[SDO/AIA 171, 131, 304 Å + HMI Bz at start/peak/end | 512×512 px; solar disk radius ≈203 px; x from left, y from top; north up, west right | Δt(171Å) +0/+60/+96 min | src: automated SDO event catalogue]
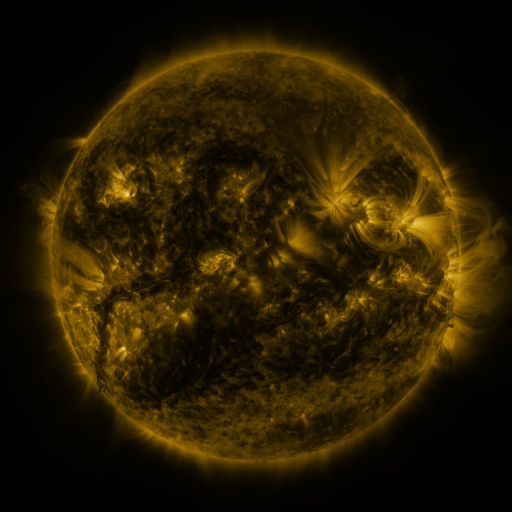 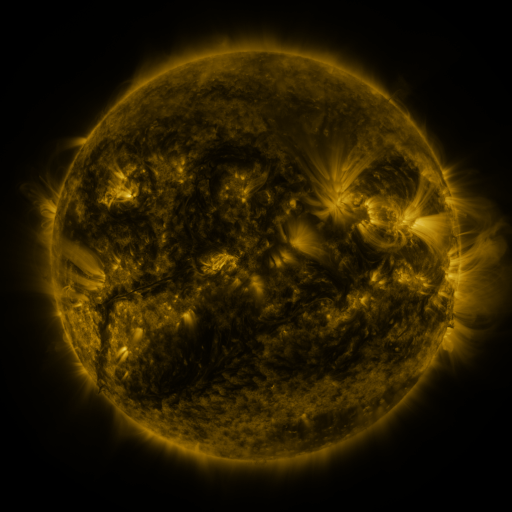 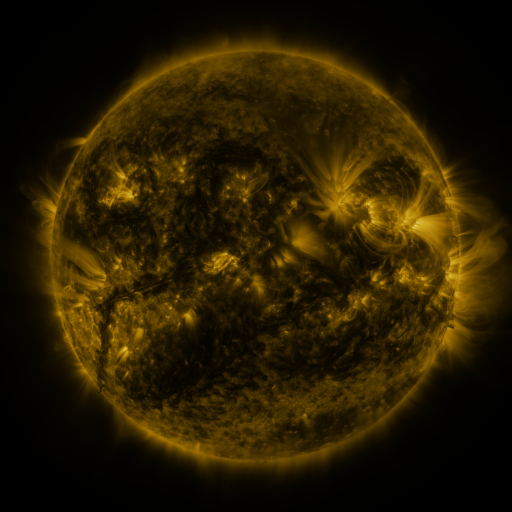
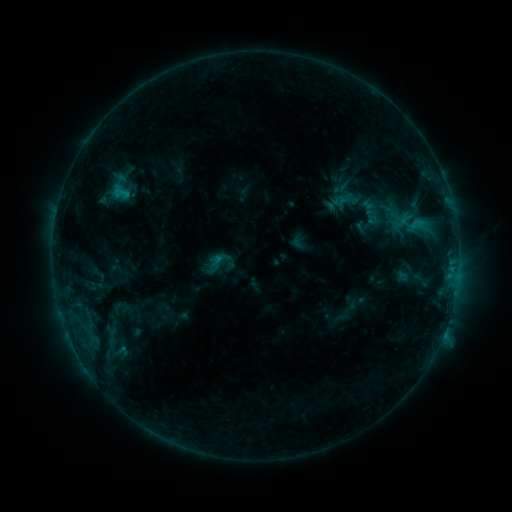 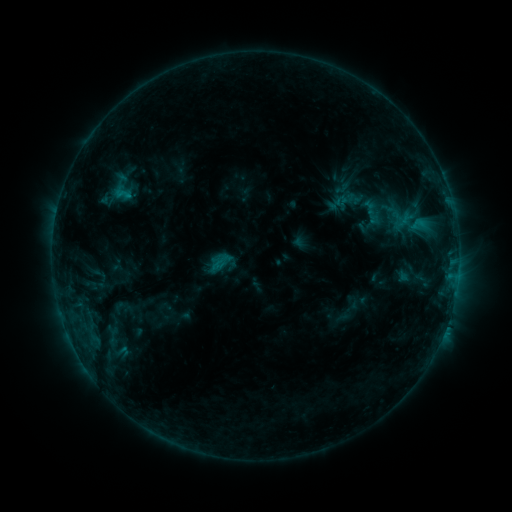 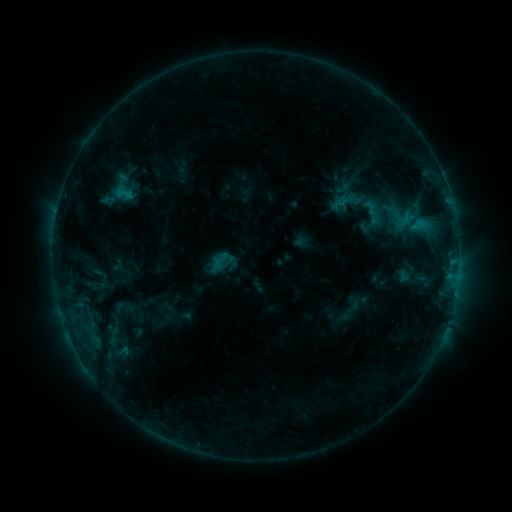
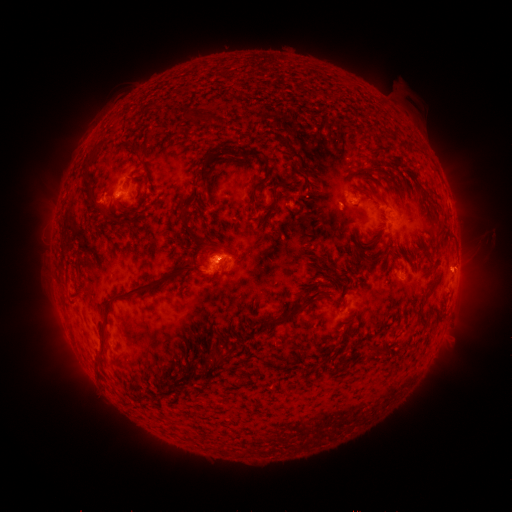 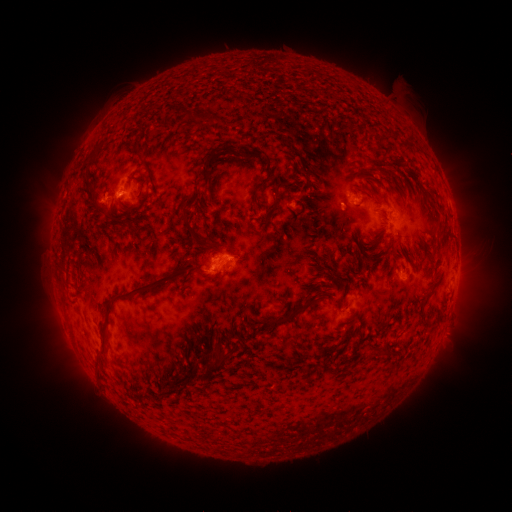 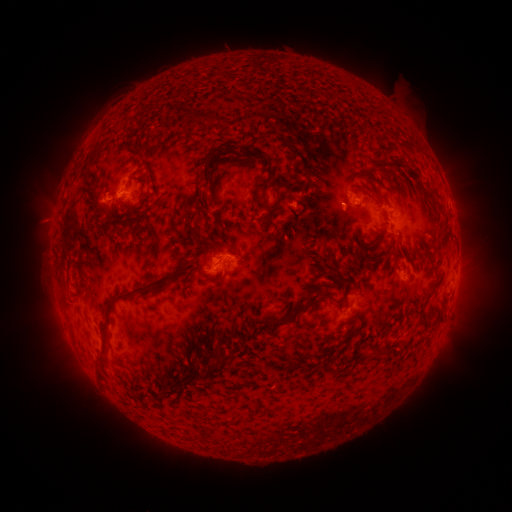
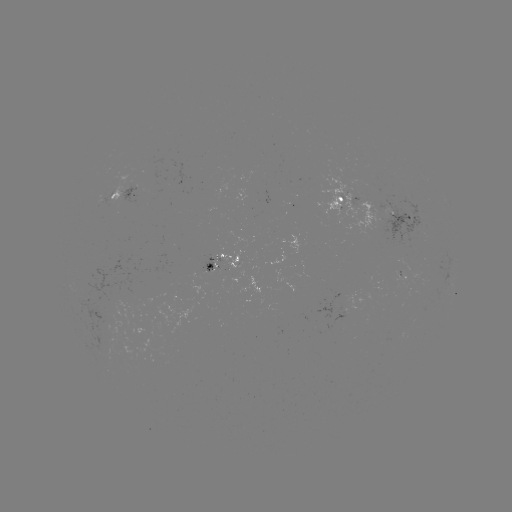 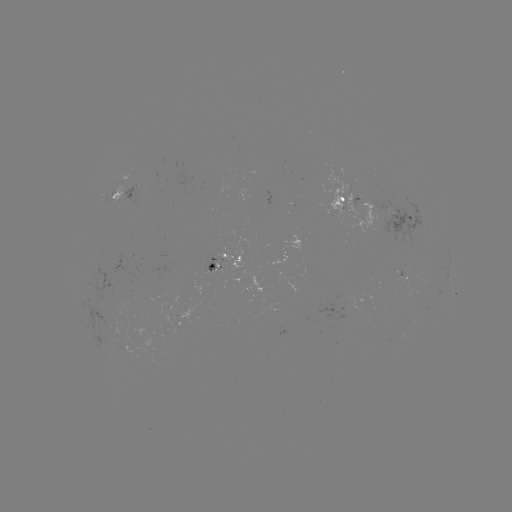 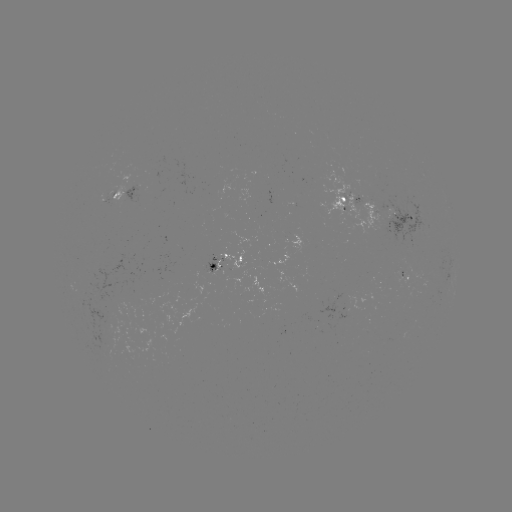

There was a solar emerging-flux region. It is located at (215, 263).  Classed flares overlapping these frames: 1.